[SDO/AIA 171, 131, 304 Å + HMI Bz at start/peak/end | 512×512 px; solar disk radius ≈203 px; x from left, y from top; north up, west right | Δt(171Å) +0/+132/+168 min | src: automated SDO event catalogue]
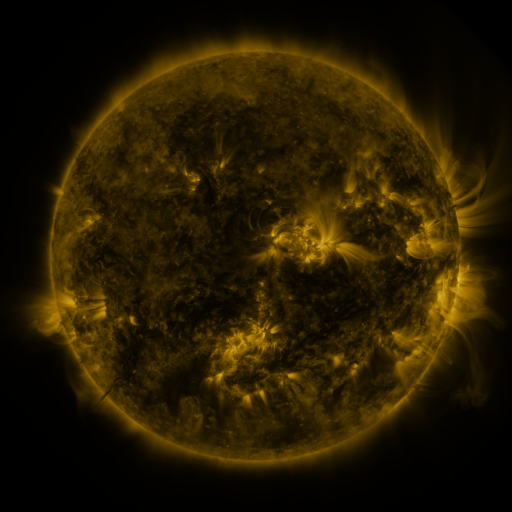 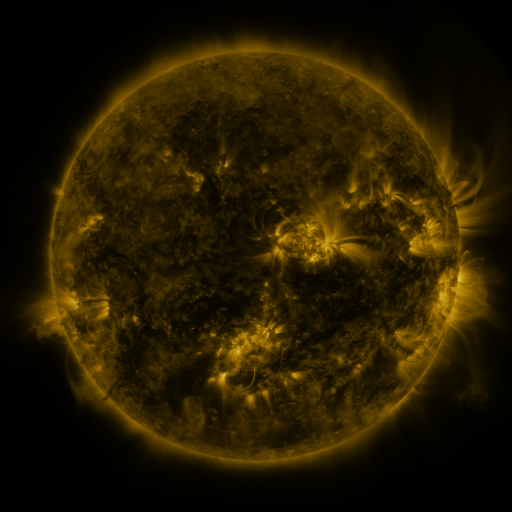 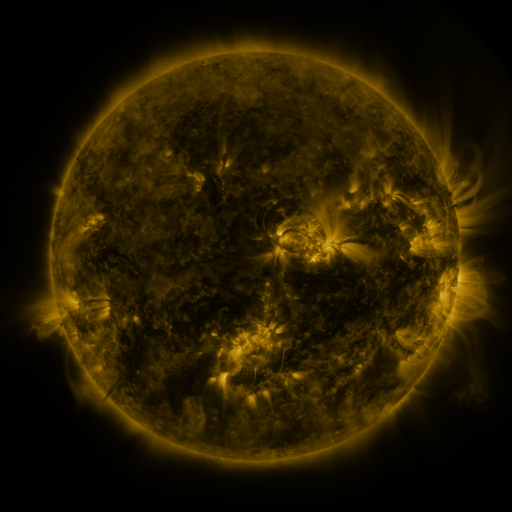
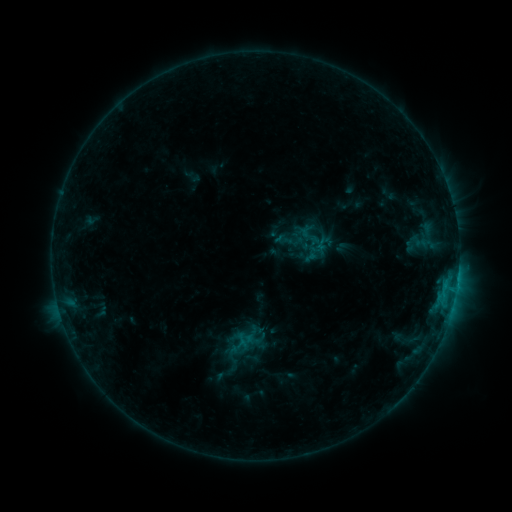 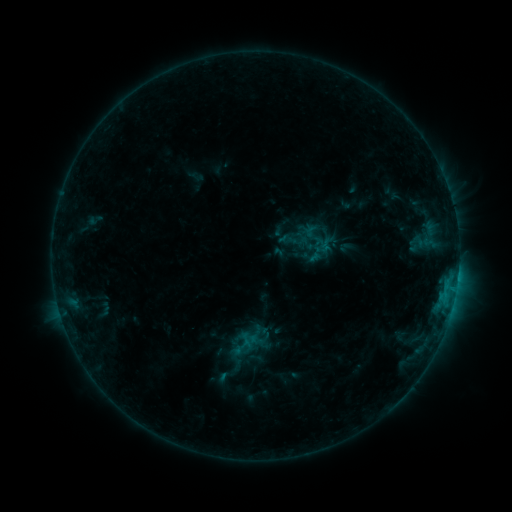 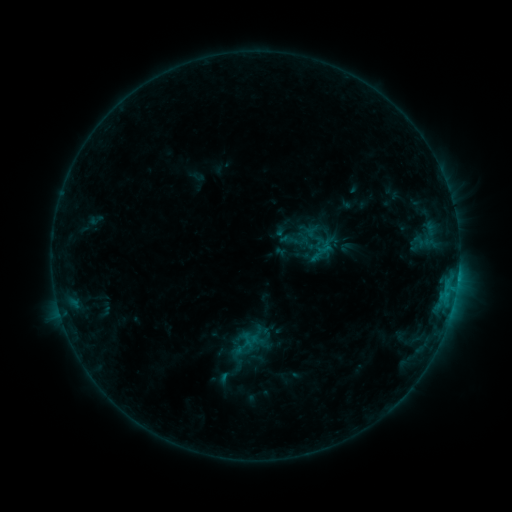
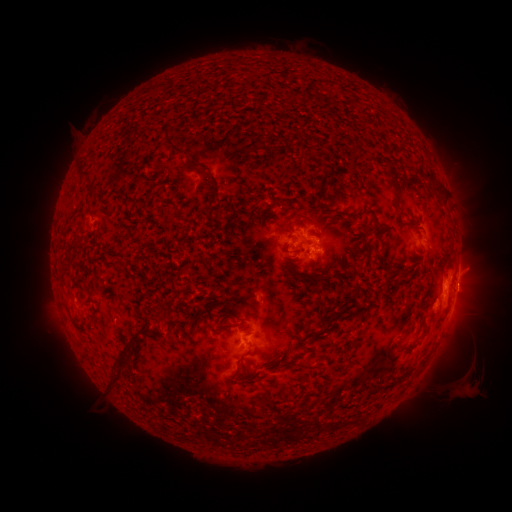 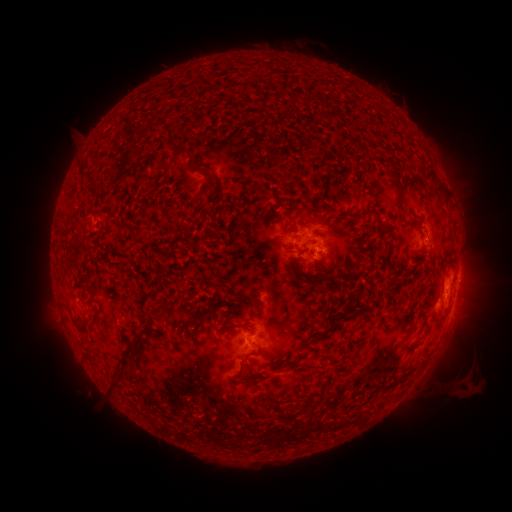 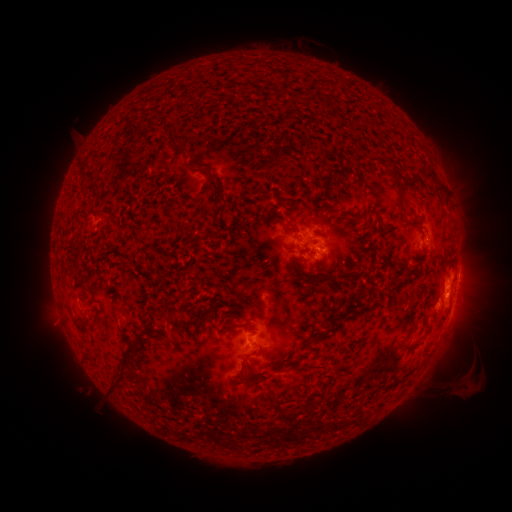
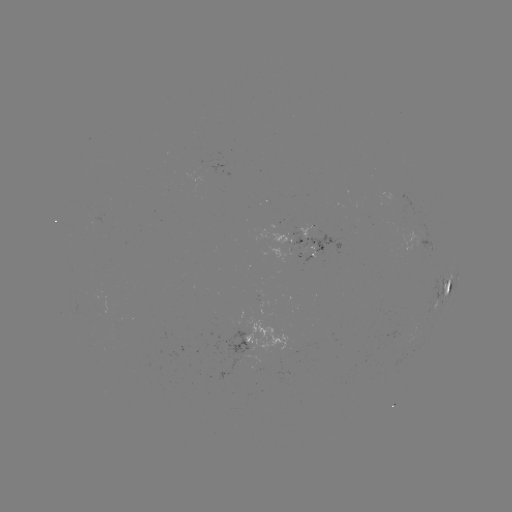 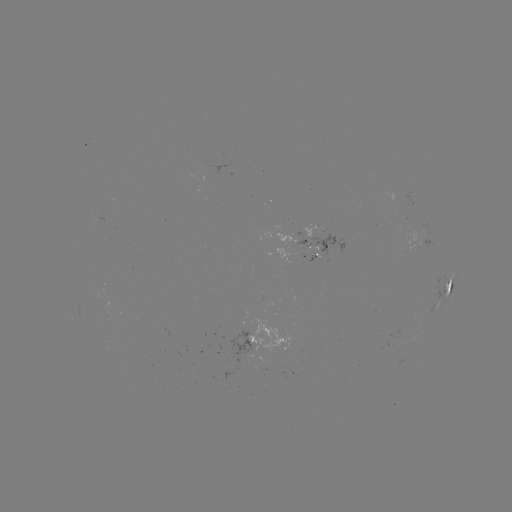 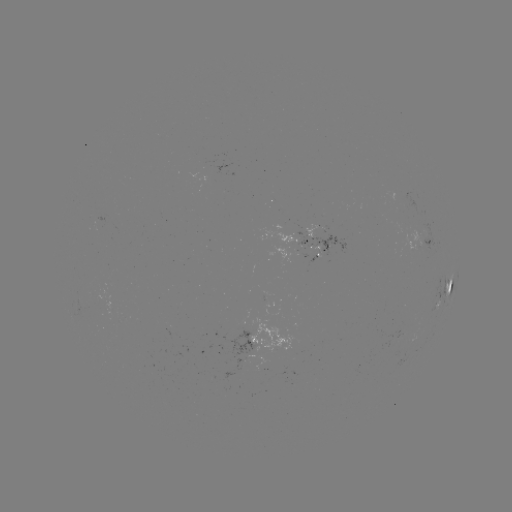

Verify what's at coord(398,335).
emerging-flux region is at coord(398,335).